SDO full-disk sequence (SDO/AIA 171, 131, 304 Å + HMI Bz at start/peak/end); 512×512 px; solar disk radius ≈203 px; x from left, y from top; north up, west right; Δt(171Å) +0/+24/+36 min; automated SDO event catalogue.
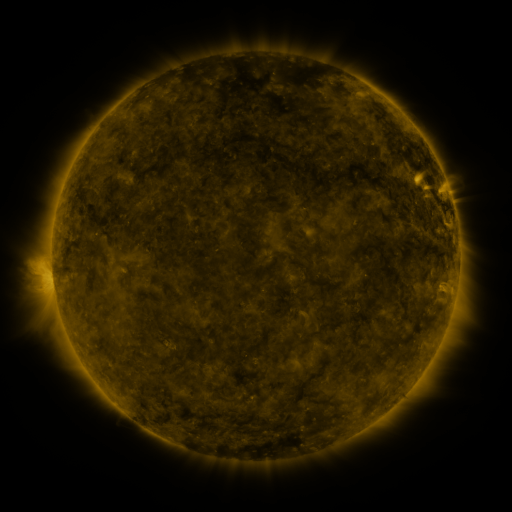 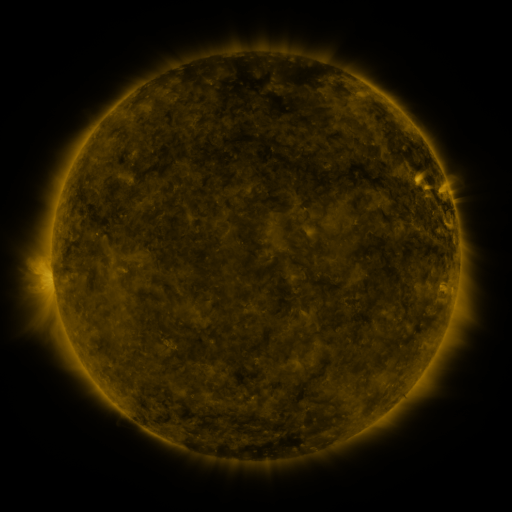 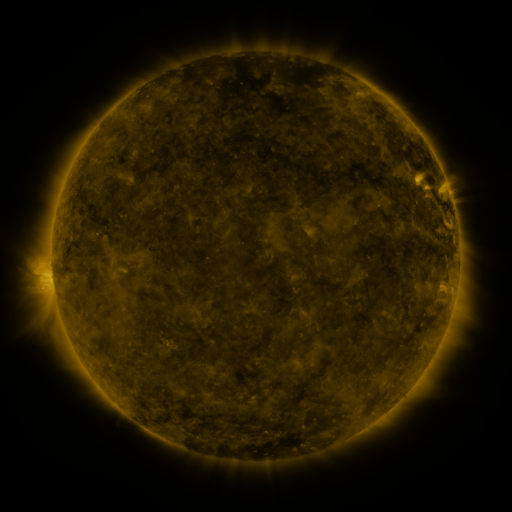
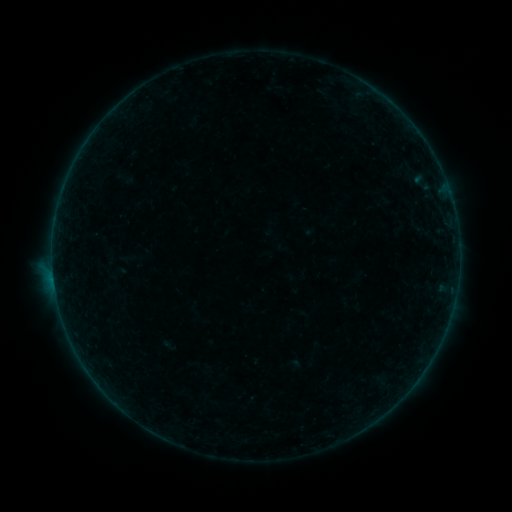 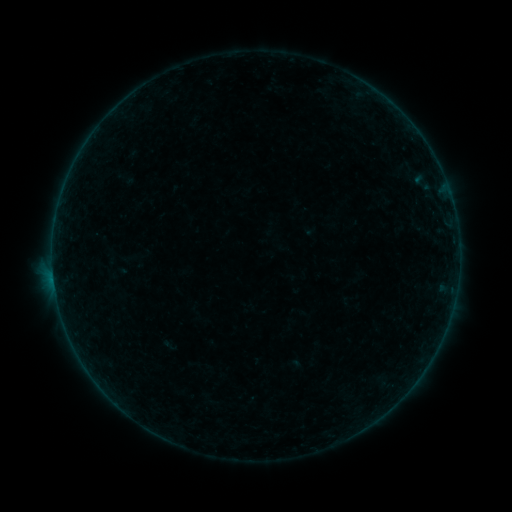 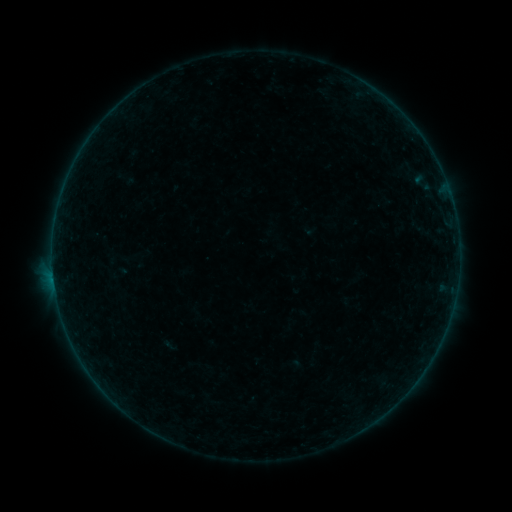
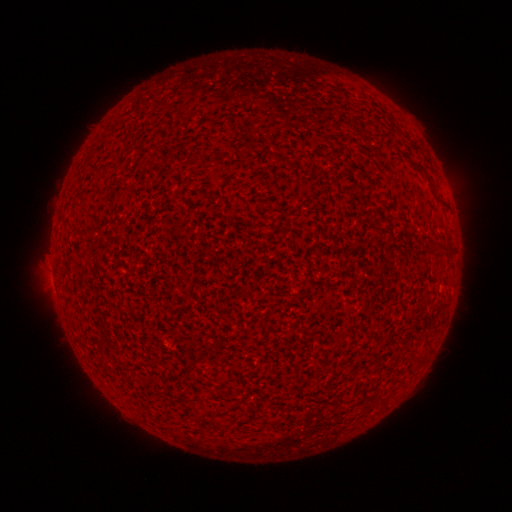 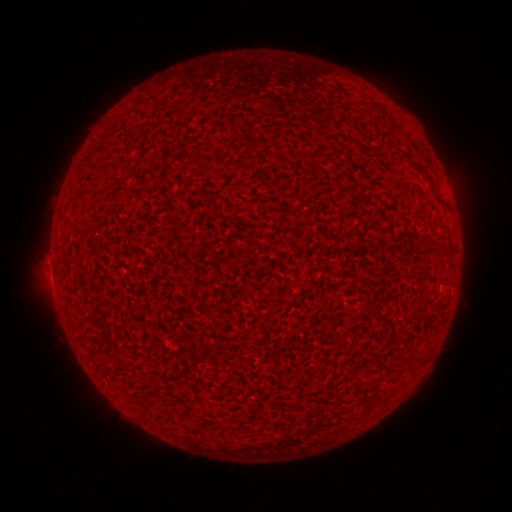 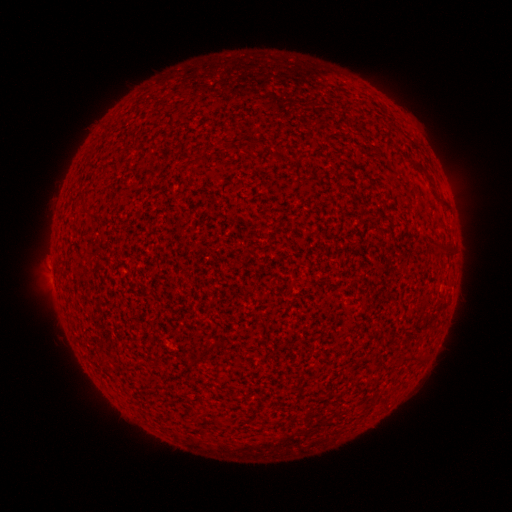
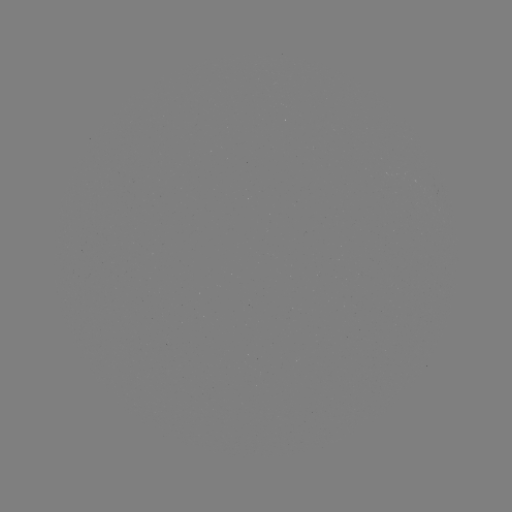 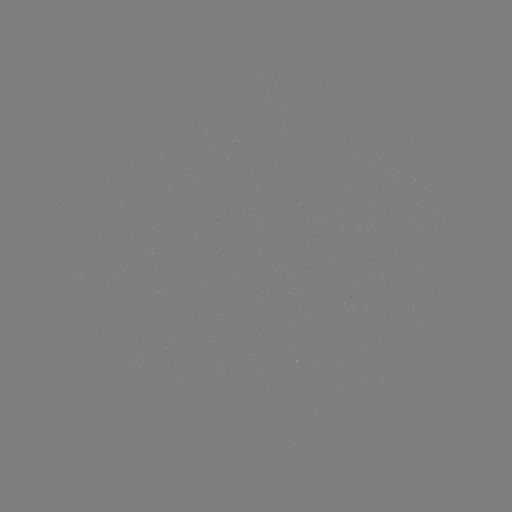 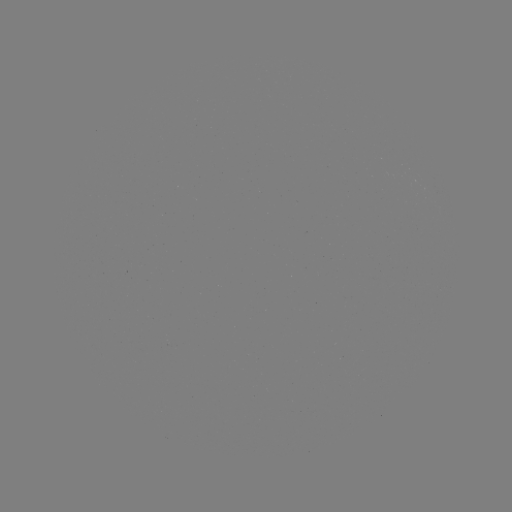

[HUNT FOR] A5.5 flare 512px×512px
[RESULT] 54,280